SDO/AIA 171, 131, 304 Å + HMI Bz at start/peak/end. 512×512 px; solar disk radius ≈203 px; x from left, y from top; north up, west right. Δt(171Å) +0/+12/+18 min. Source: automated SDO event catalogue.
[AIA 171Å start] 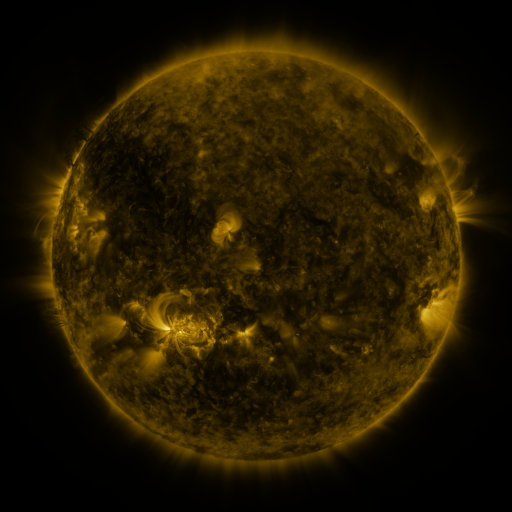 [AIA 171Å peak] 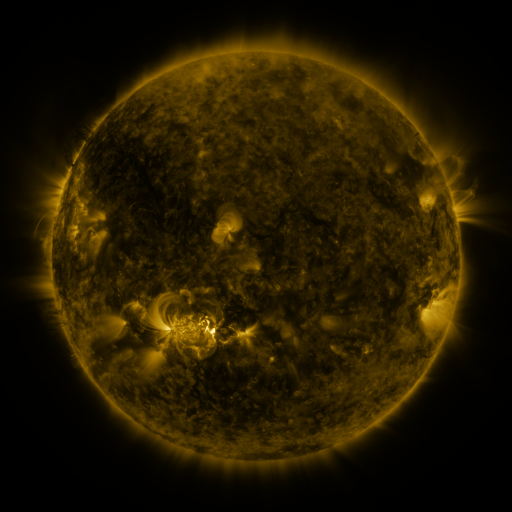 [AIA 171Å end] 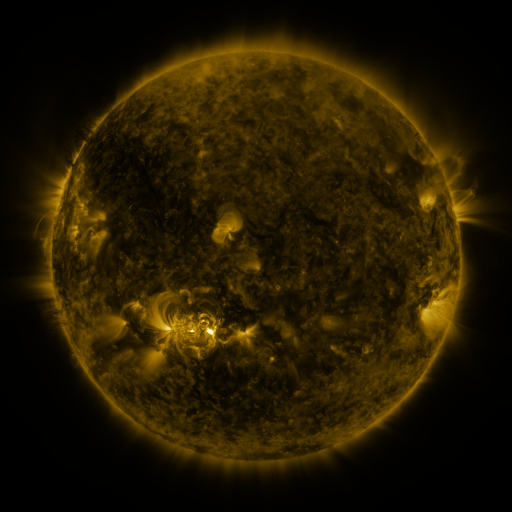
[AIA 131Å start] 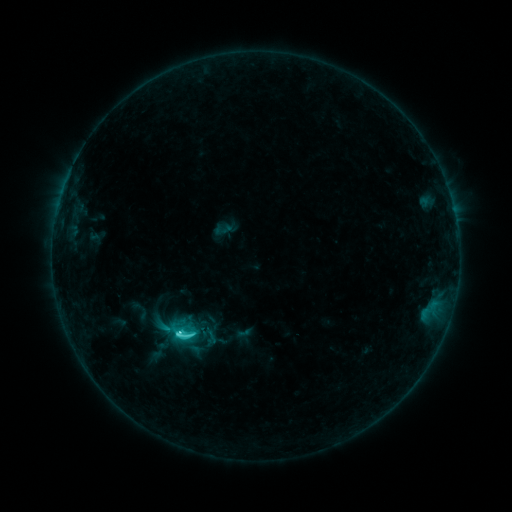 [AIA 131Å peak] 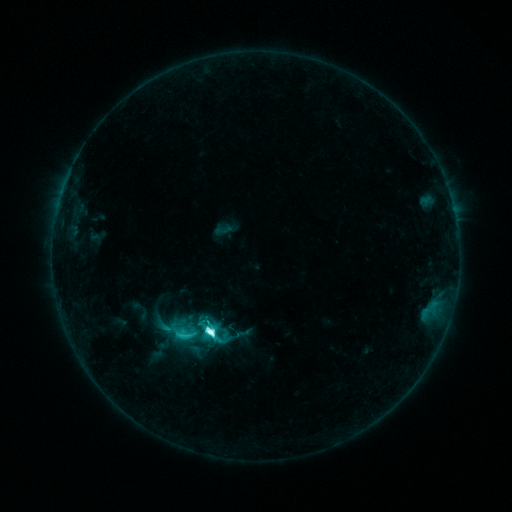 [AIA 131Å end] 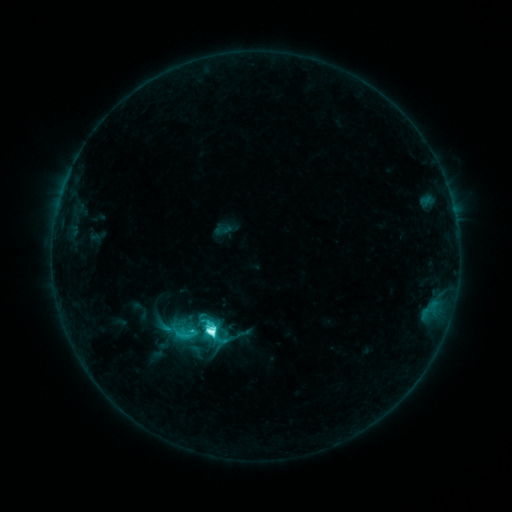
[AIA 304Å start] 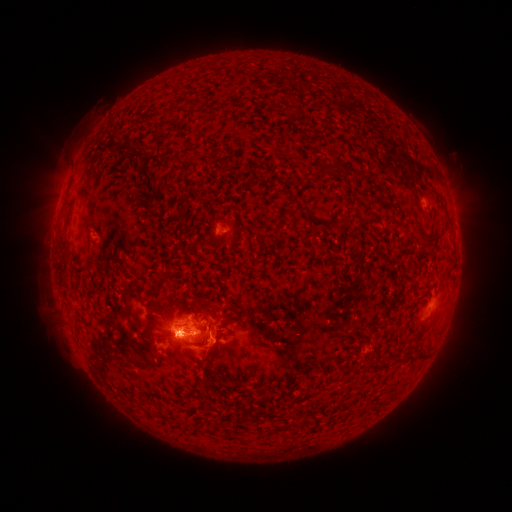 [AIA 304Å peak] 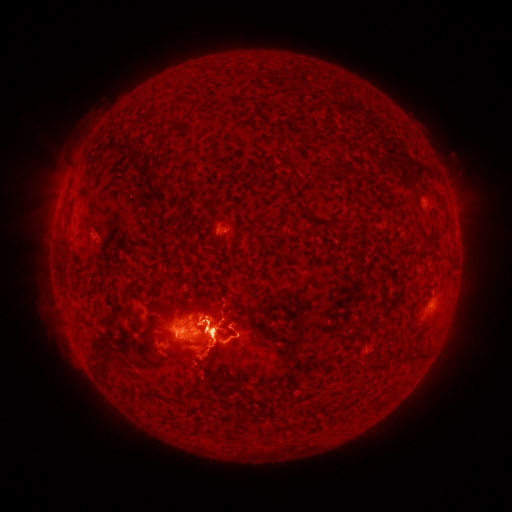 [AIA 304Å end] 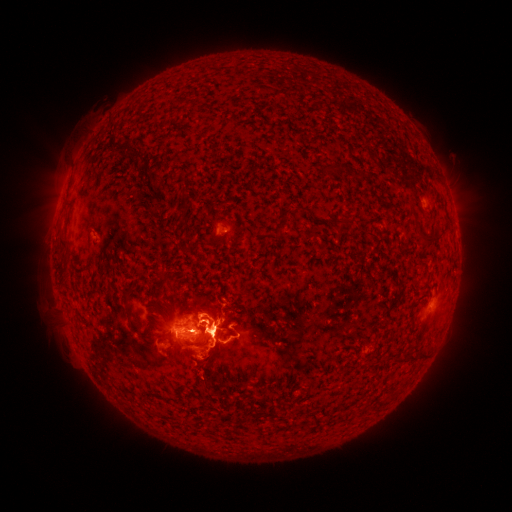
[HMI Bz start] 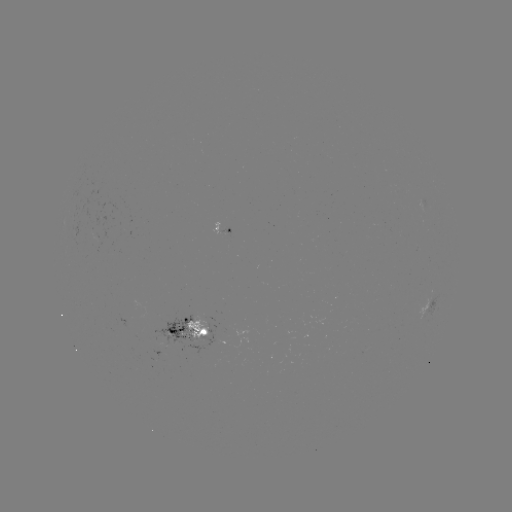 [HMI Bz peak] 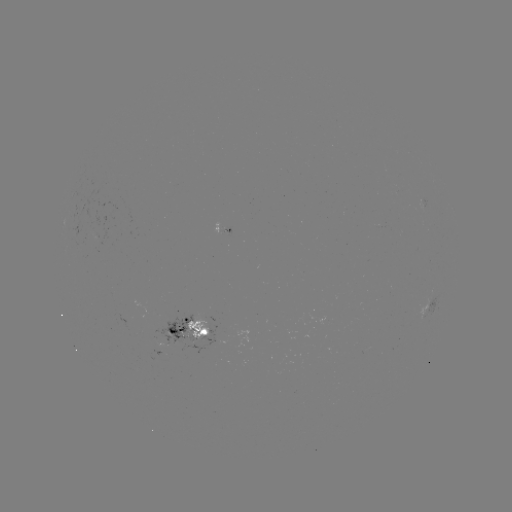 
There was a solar flare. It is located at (211, 331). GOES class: M1.2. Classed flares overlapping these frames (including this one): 2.